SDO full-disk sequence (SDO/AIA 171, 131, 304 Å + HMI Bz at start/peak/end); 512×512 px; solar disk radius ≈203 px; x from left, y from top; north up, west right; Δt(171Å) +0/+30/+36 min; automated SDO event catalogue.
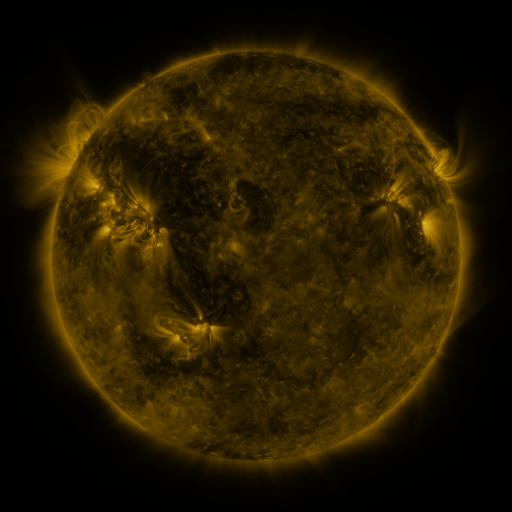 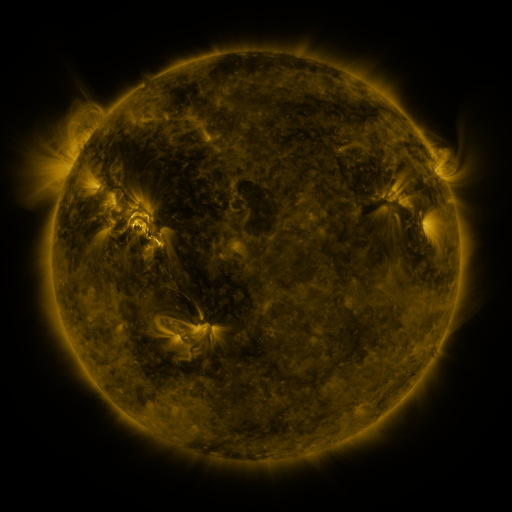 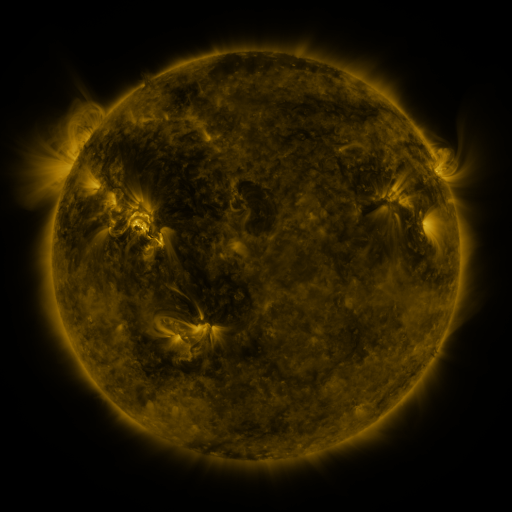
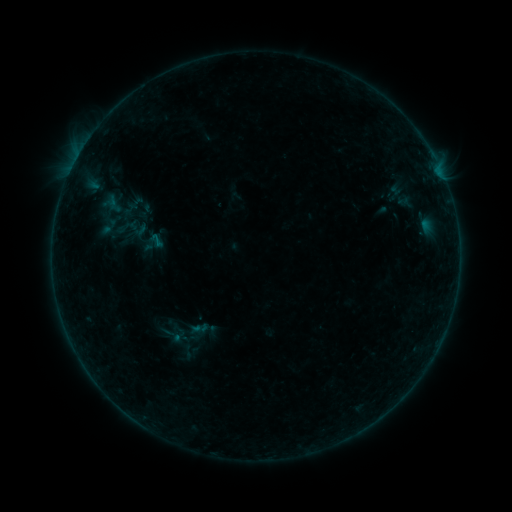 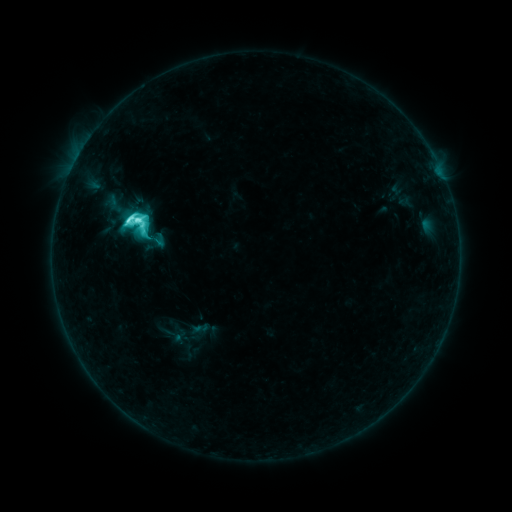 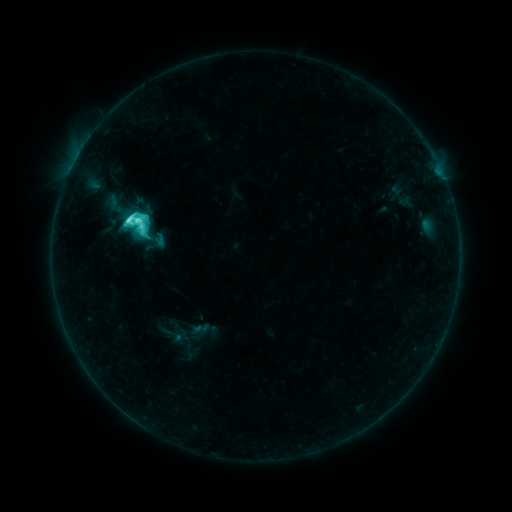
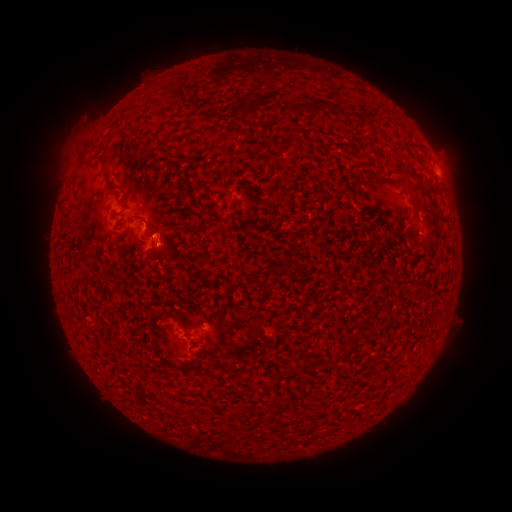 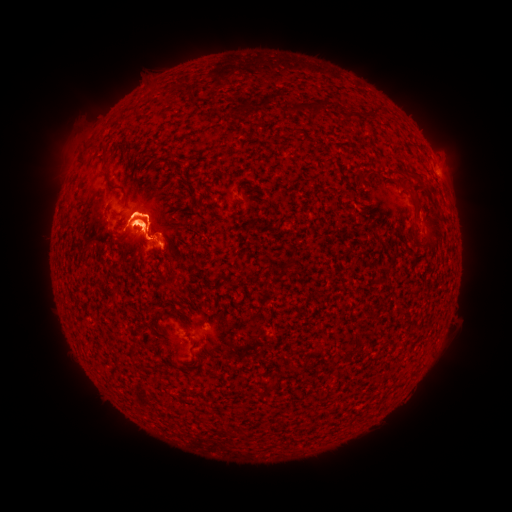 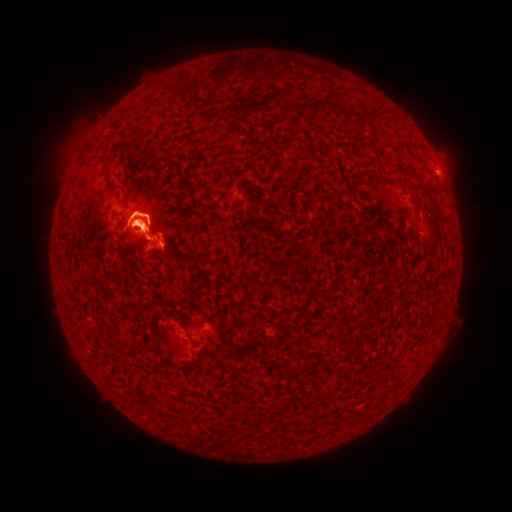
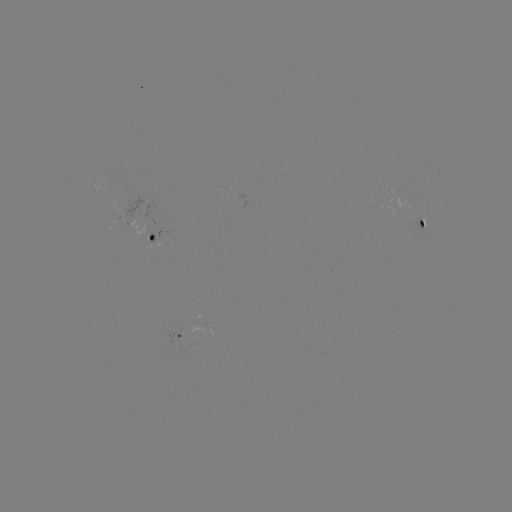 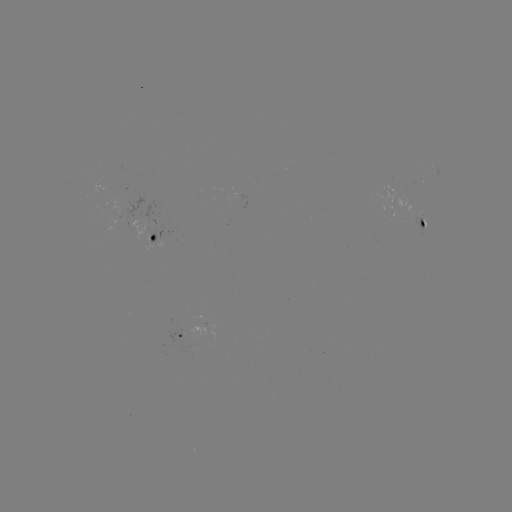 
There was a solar flare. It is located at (136, 224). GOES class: M1.0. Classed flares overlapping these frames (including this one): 2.